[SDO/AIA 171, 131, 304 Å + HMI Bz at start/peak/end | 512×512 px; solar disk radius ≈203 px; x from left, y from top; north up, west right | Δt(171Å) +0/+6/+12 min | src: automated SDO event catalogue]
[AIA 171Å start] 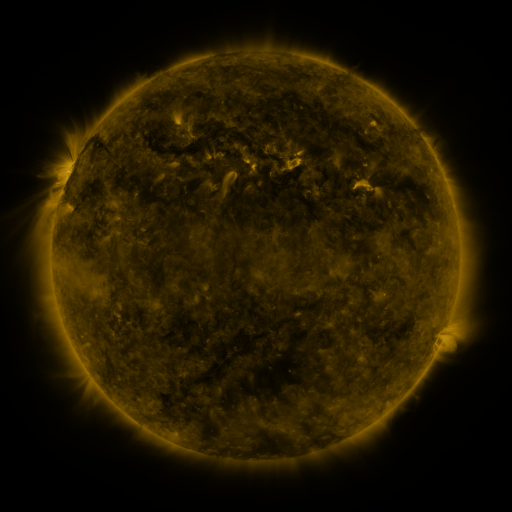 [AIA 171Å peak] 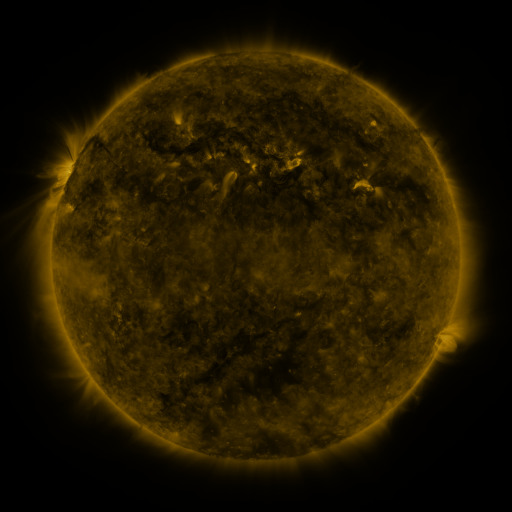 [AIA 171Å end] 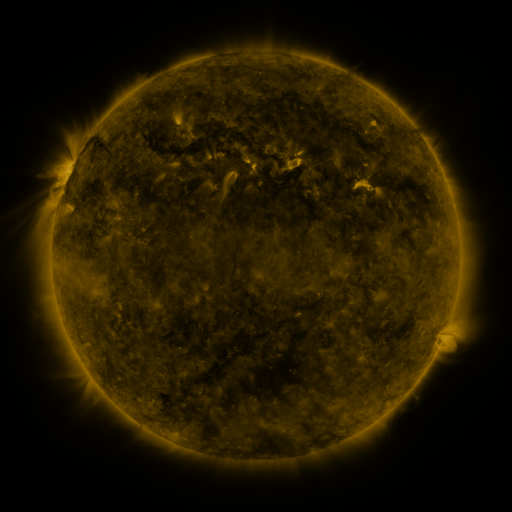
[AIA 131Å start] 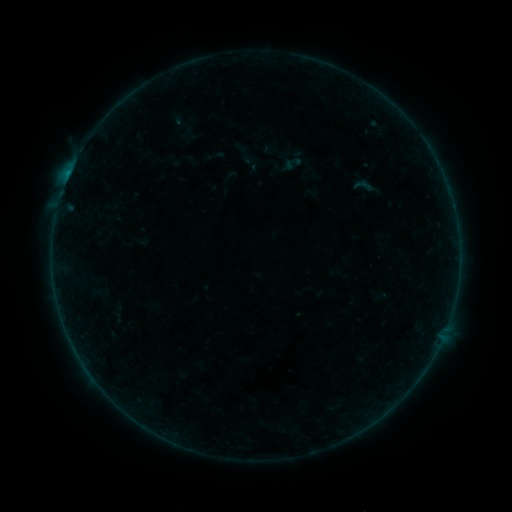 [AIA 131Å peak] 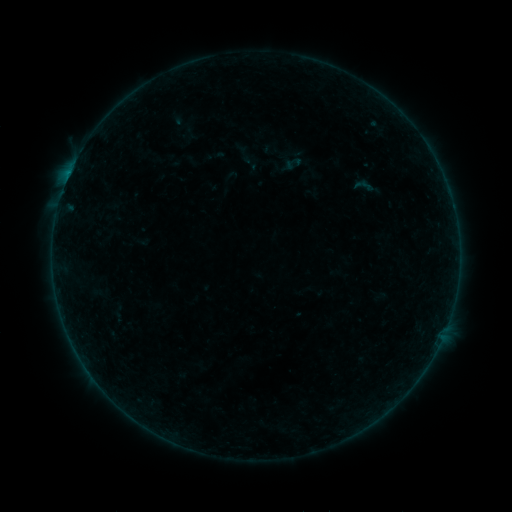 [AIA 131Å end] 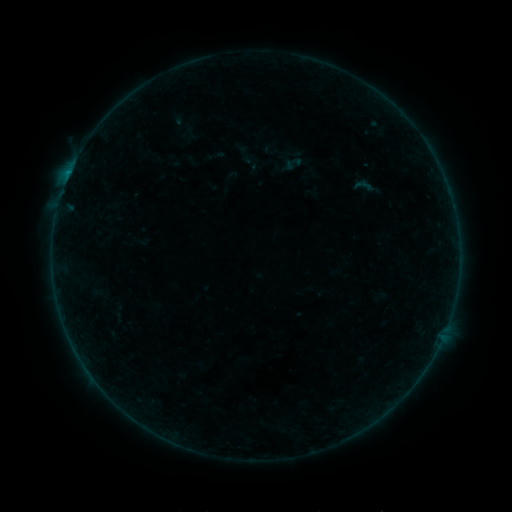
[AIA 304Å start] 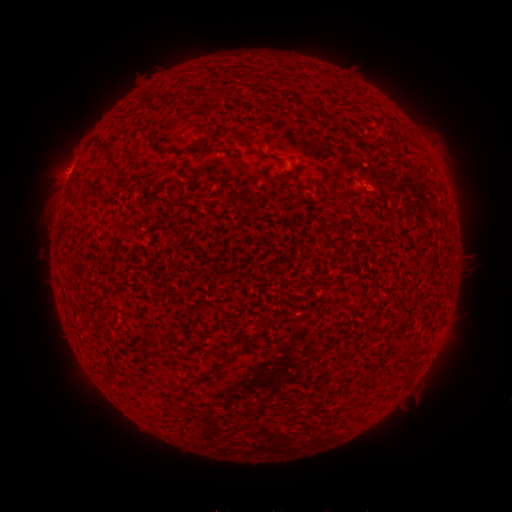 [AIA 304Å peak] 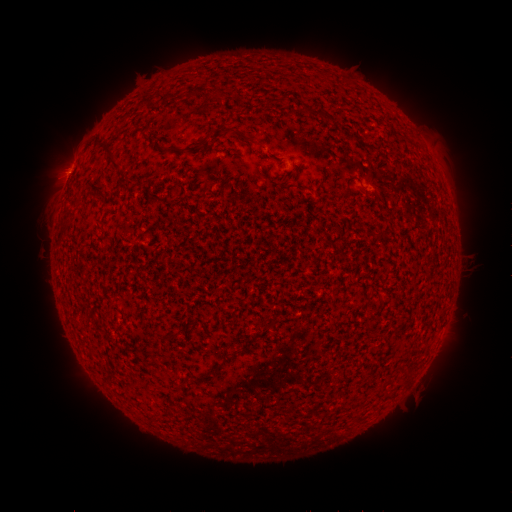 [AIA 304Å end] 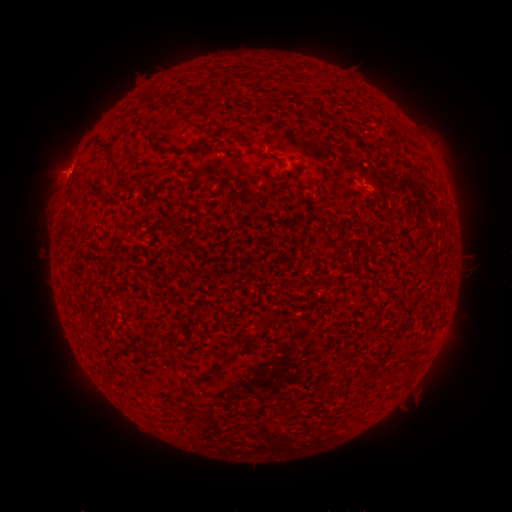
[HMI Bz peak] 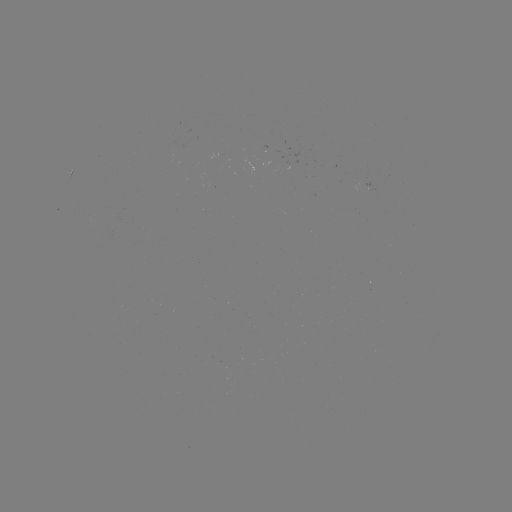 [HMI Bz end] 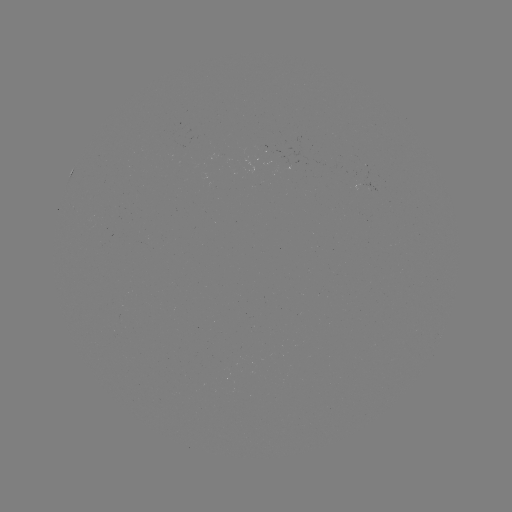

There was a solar flare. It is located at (68, 178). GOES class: B3.7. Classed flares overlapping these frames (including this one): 1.